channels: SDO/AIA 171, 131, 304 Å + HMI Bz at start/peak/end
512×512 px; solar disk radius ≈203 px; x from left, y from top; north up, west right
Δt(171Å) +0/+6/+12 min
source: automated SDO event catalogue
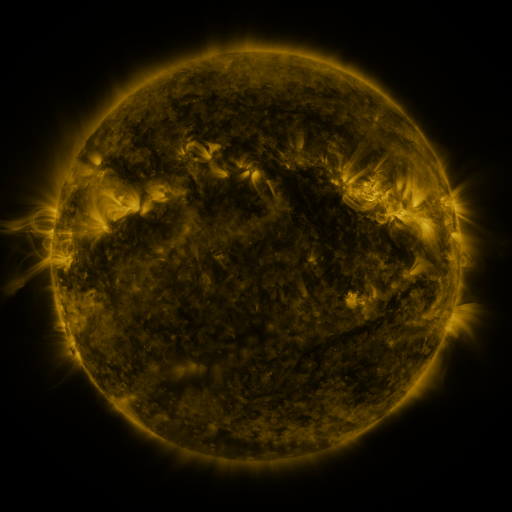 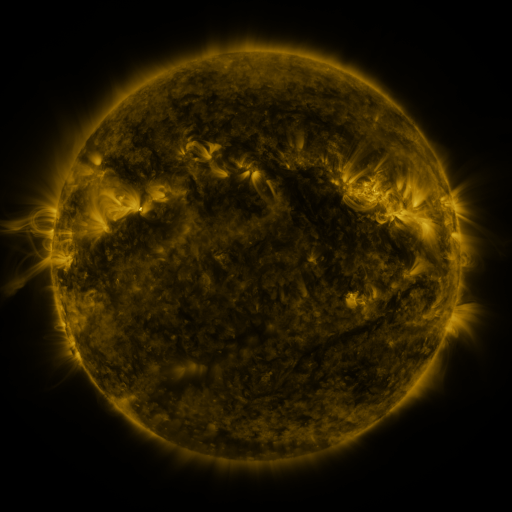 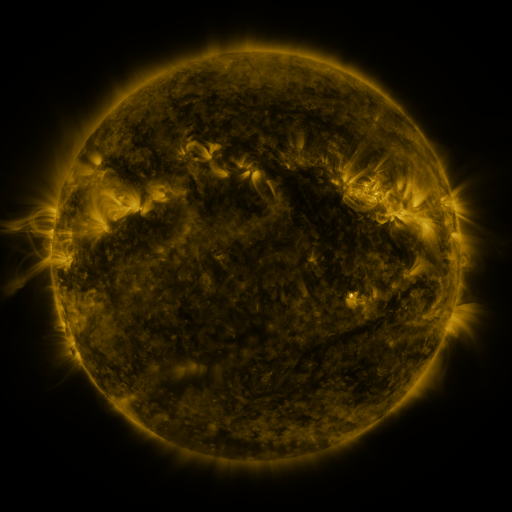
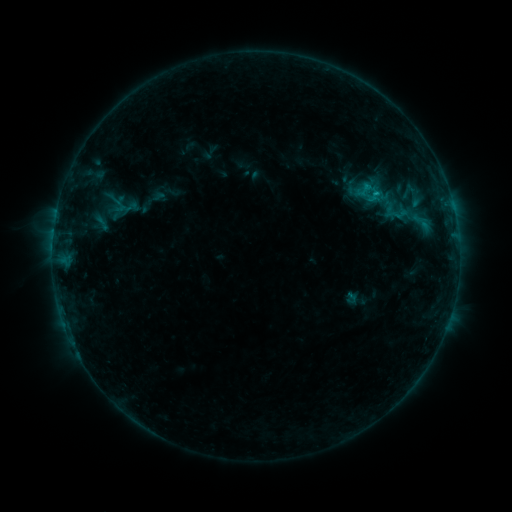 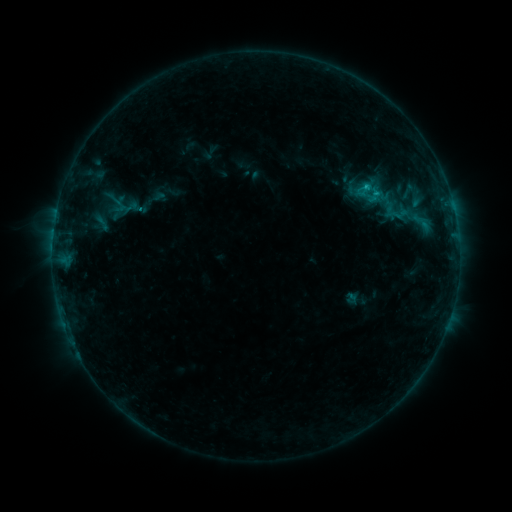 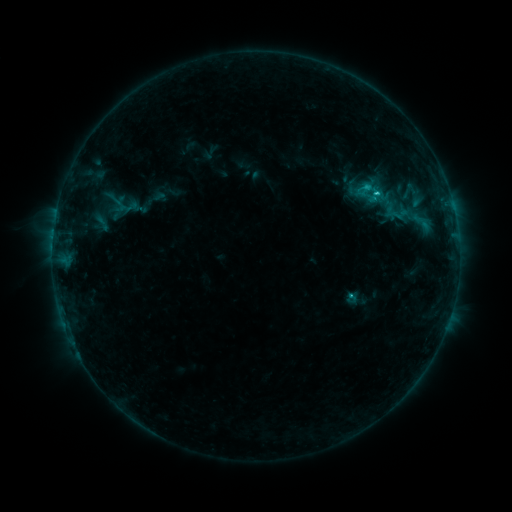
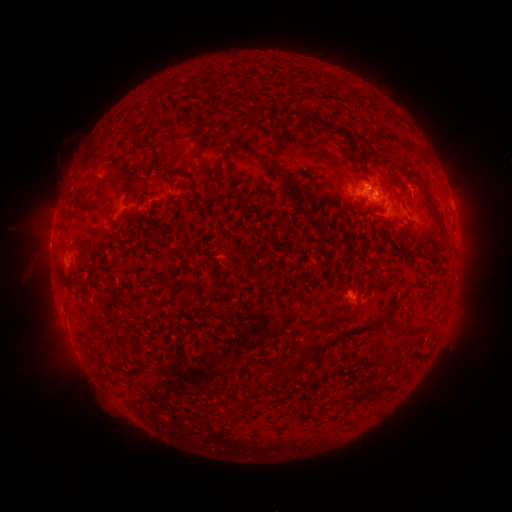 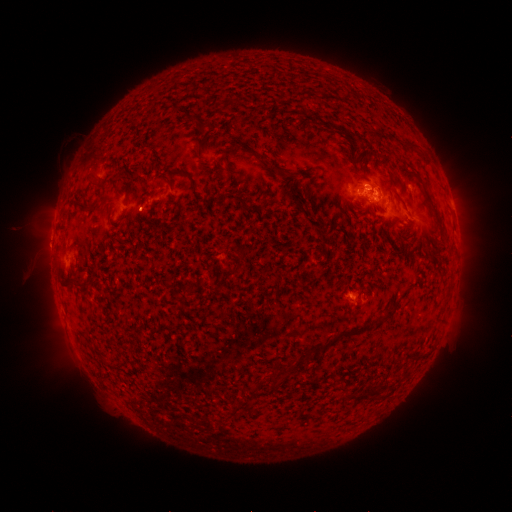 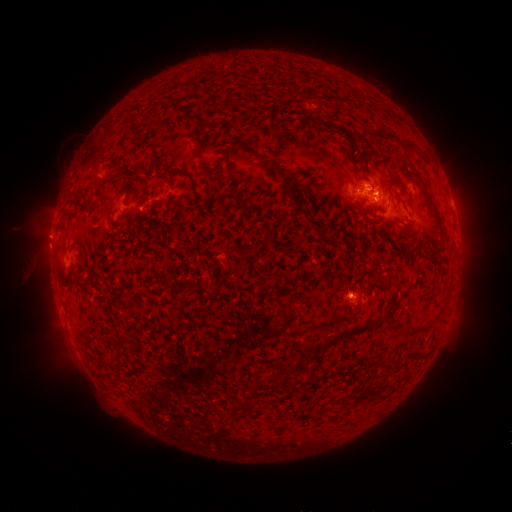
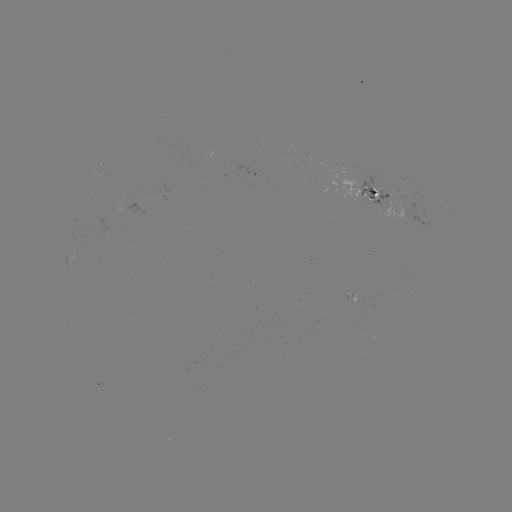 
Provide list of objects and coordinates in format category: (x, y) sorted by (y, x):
C1.3 flare: (350, 295)
